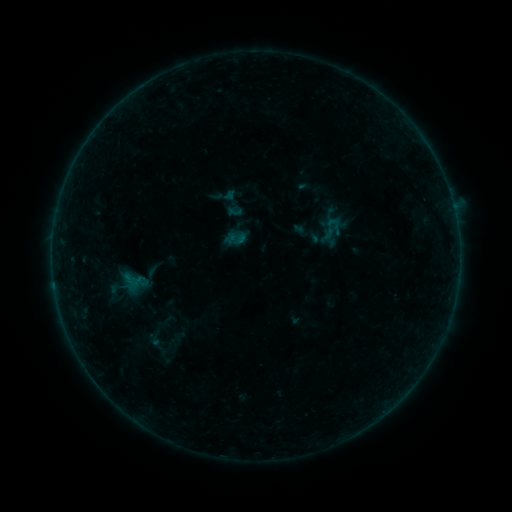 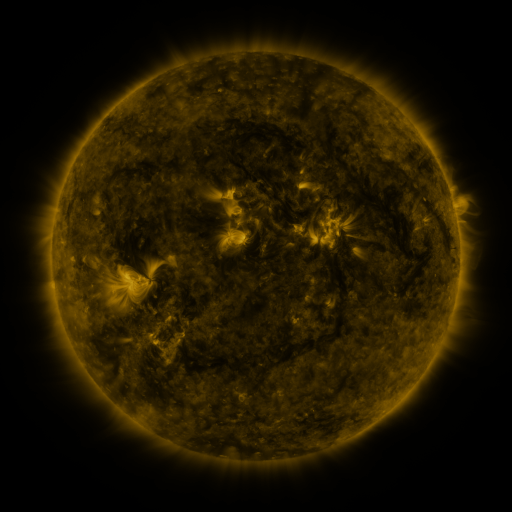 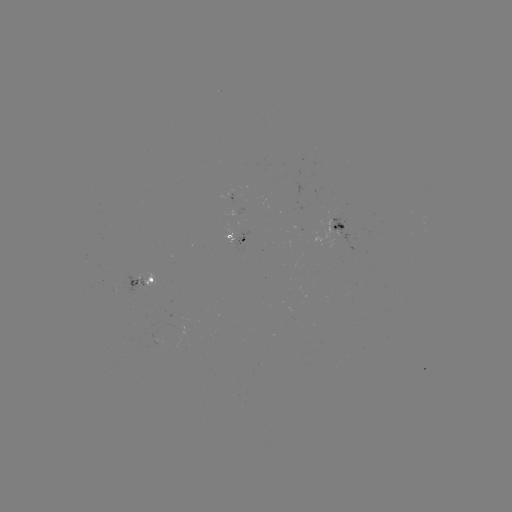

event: sigmoid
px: (153, 271)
